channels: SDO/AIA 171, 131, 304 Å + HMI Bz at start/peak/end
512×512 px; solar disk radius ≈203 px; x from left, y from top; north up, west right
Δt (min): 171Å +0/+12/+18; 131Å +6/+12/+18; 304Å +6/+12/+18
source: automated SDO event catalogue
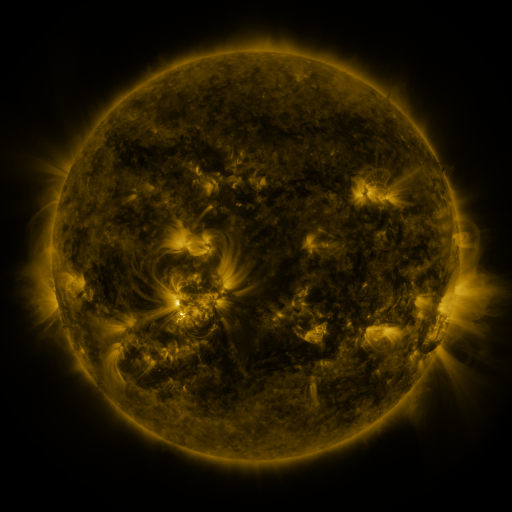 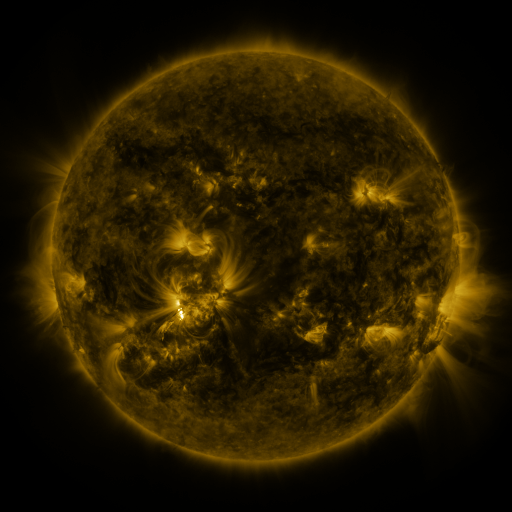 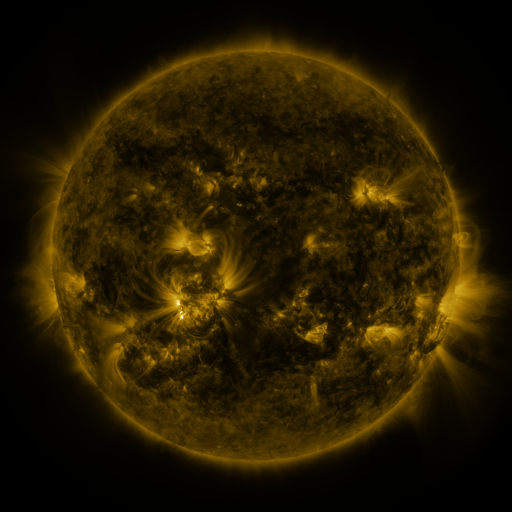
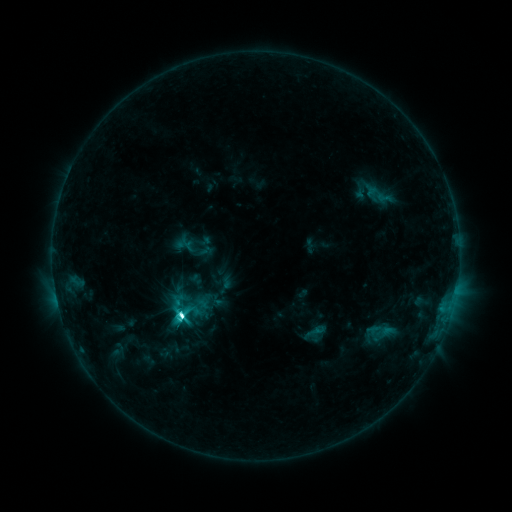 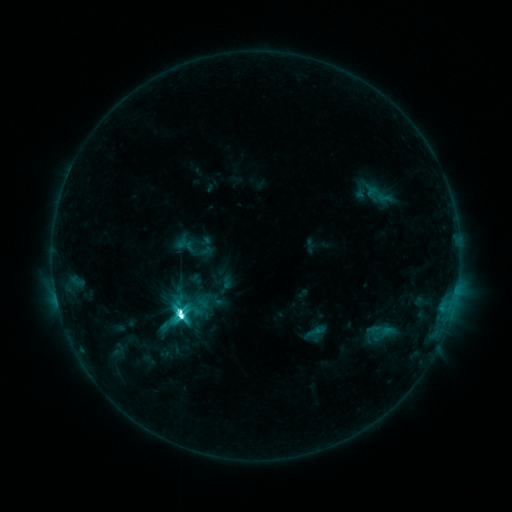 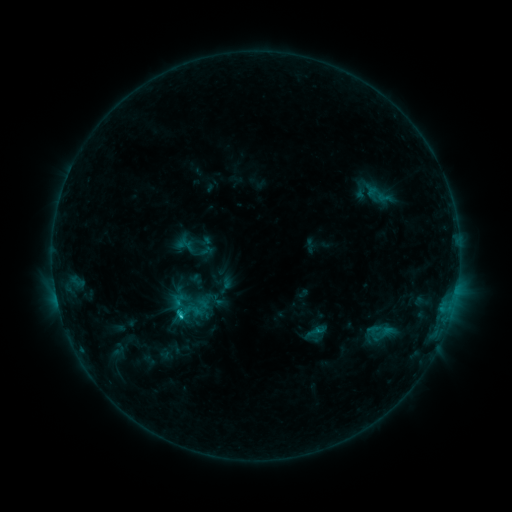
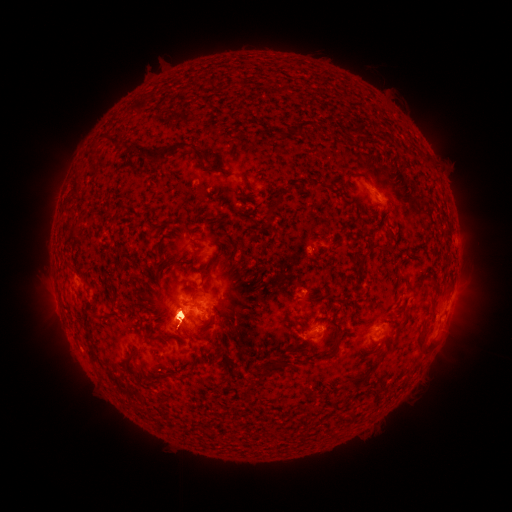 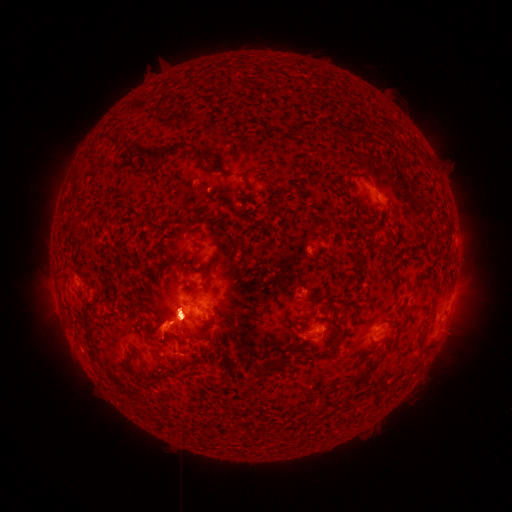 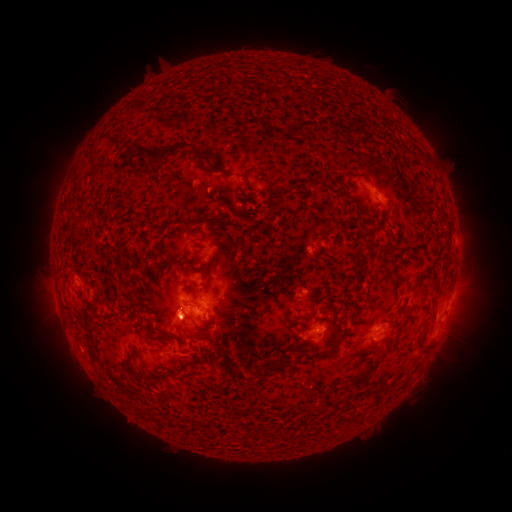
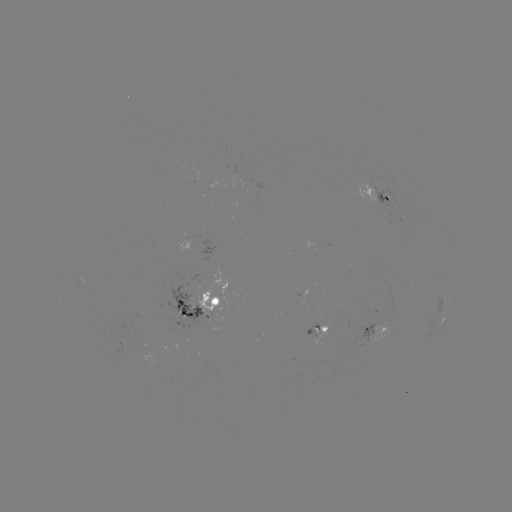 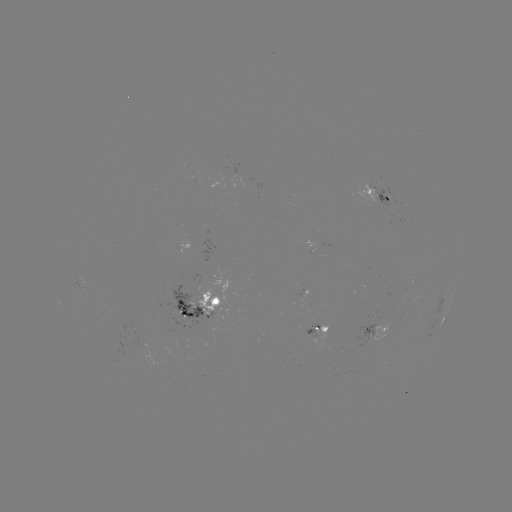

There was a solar eruption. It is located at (463, 321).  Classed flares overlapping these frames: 1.